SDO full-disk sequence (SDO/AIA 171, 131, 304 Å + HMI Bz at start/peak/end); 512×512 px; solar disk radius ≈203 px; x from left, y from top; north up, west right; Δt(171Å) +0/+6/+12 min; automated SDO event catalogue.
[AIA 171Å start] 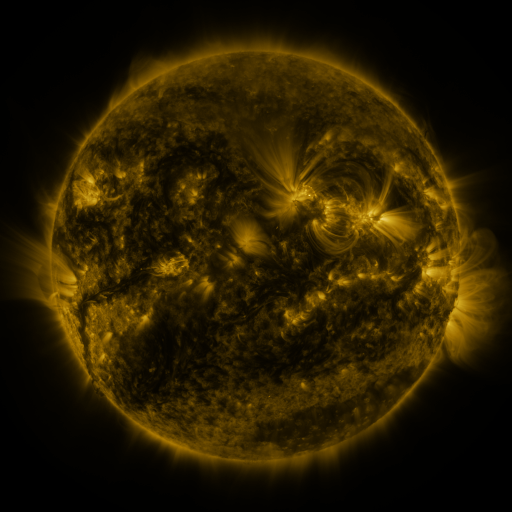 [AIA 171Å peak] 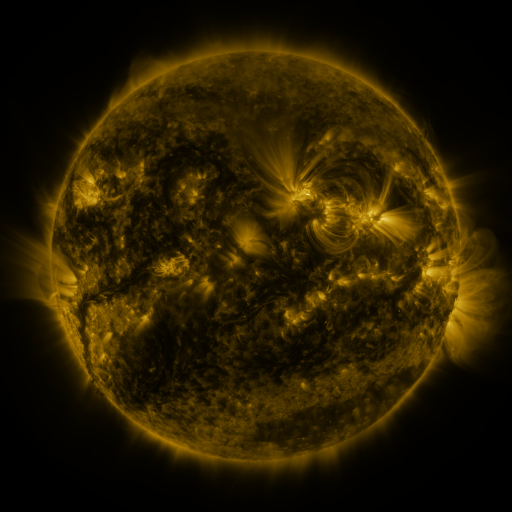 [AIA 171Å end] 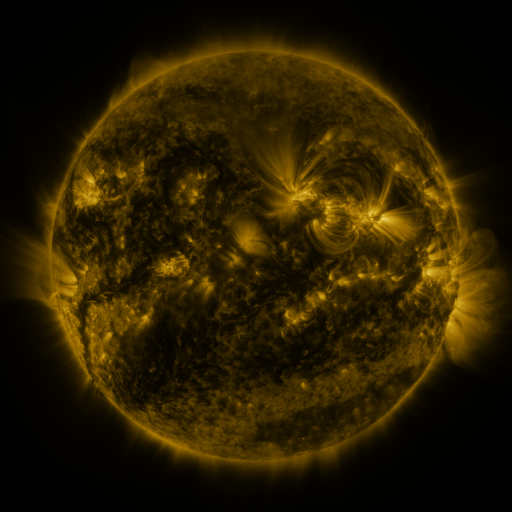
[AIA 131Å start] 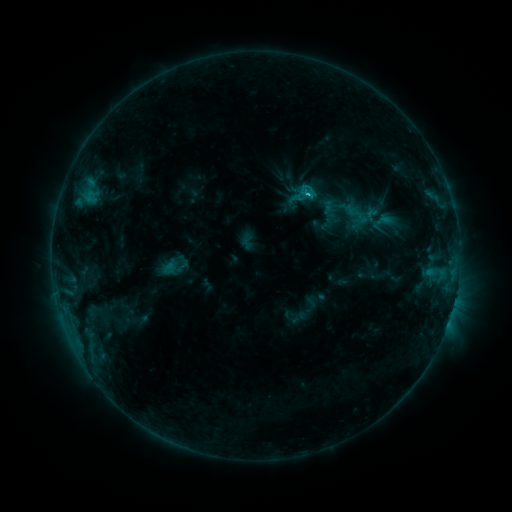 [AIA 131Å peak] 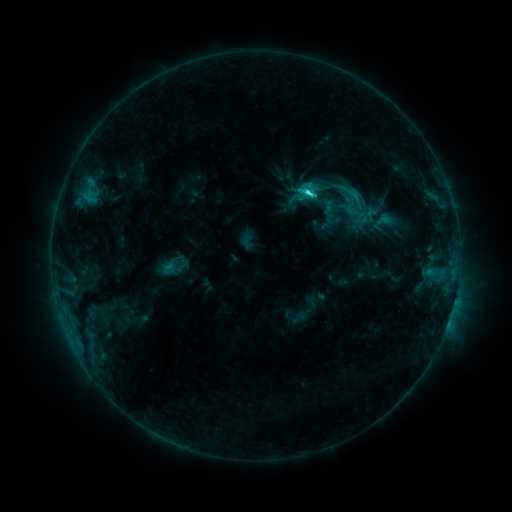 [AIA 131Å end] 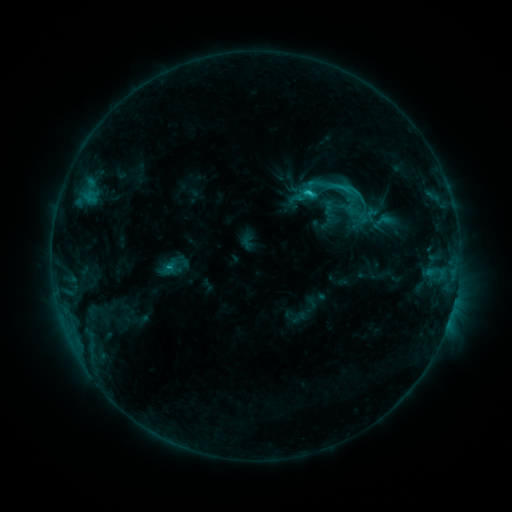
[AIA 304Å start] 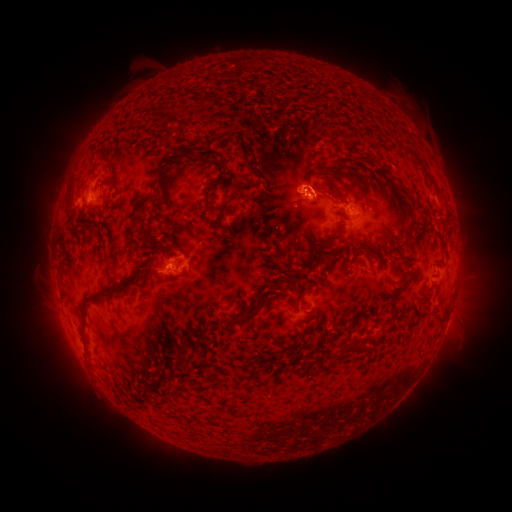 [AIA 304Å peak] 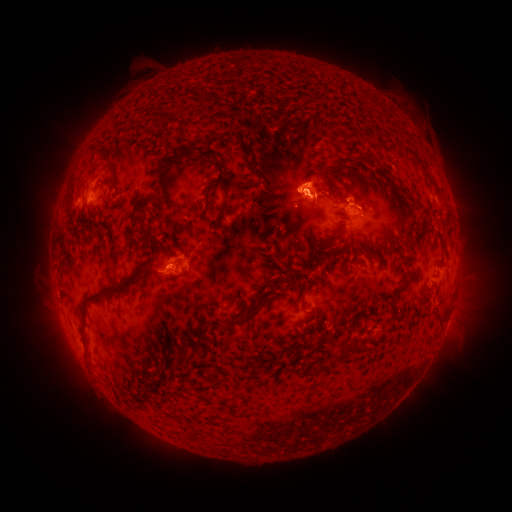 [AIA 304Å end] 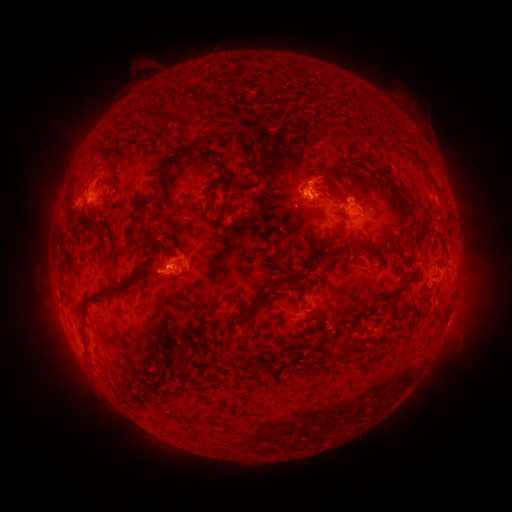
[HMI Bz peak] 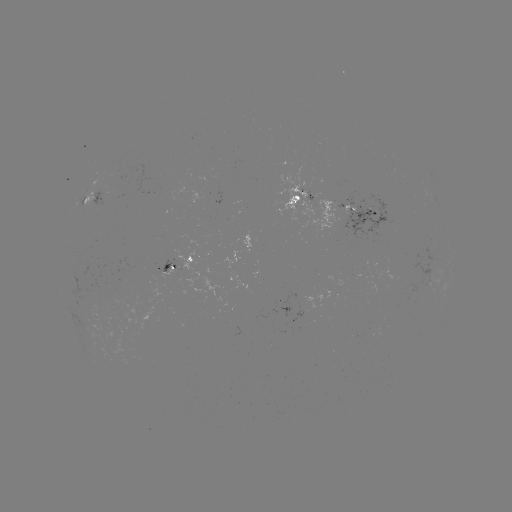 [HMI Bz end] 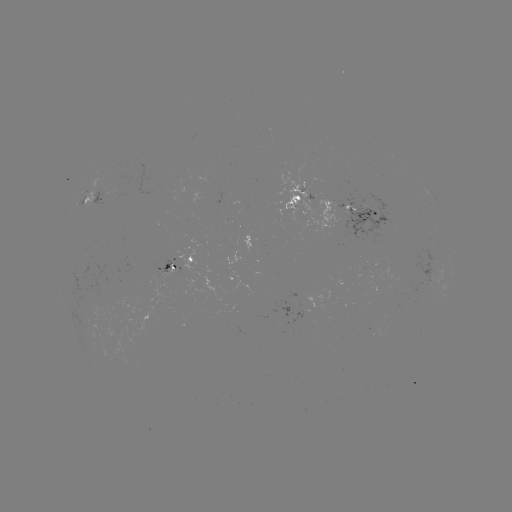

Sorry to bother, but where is eruption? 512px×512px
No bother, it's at [306, 174].